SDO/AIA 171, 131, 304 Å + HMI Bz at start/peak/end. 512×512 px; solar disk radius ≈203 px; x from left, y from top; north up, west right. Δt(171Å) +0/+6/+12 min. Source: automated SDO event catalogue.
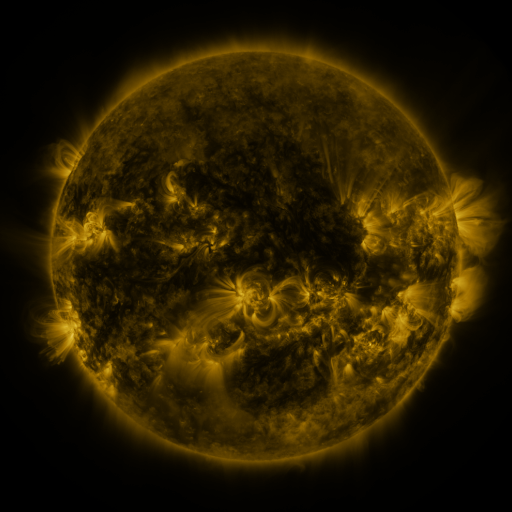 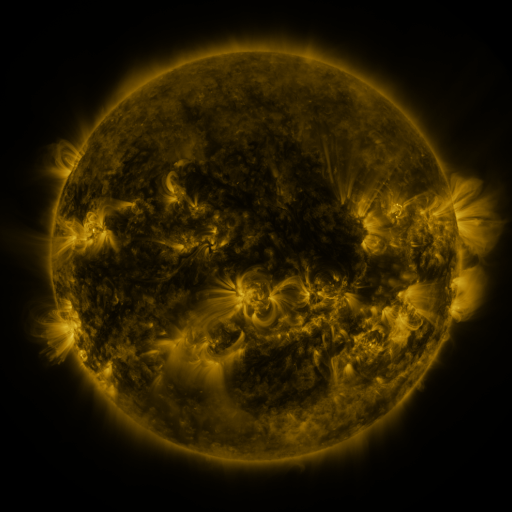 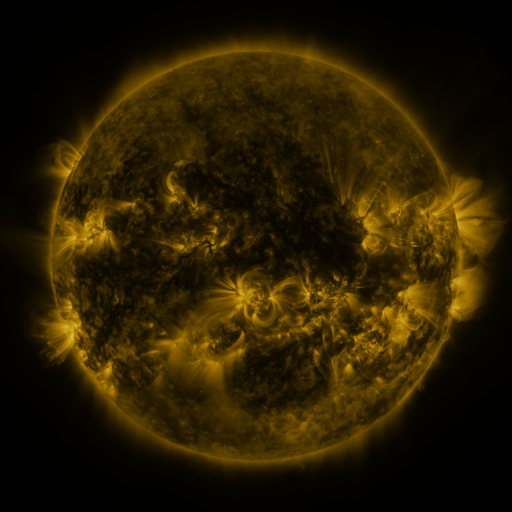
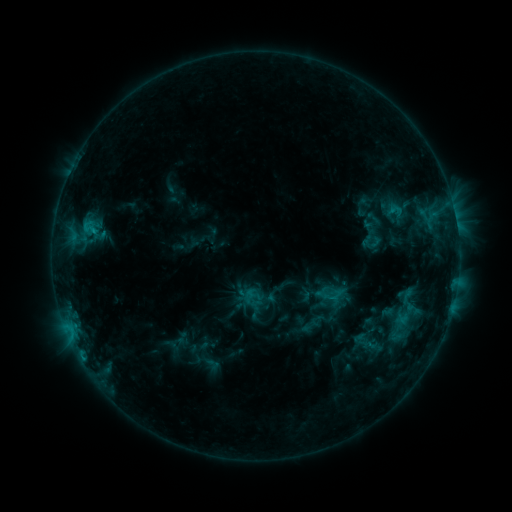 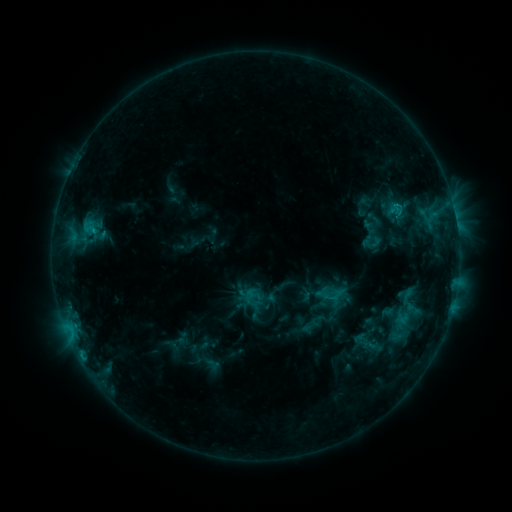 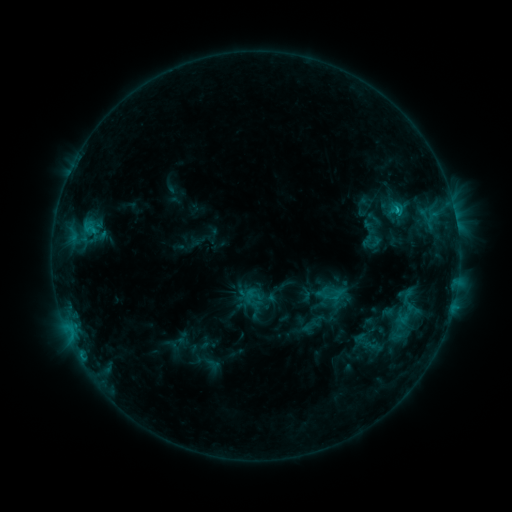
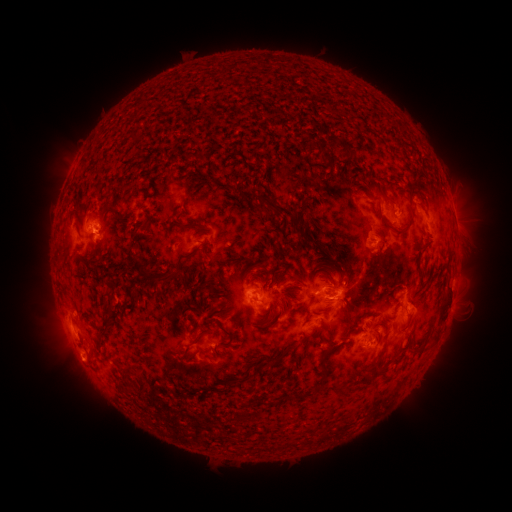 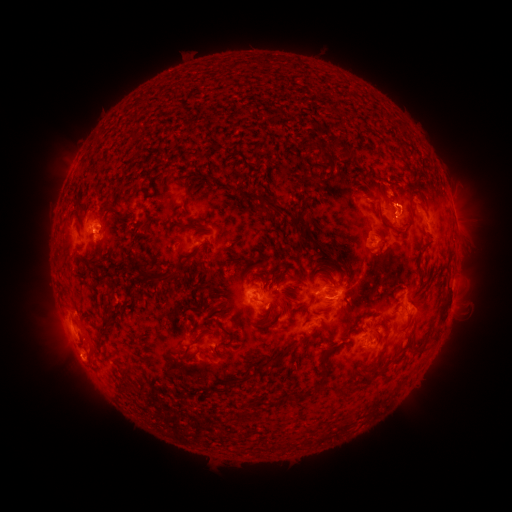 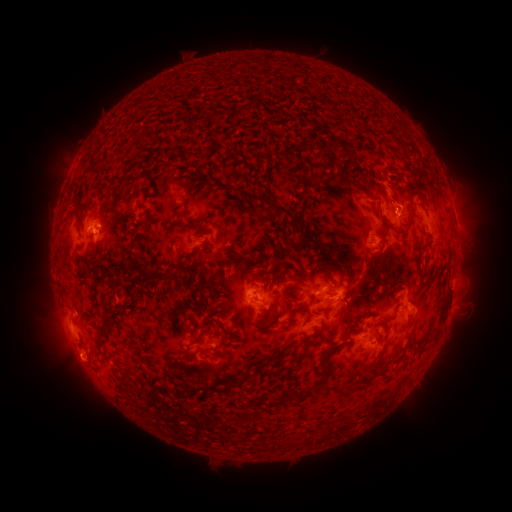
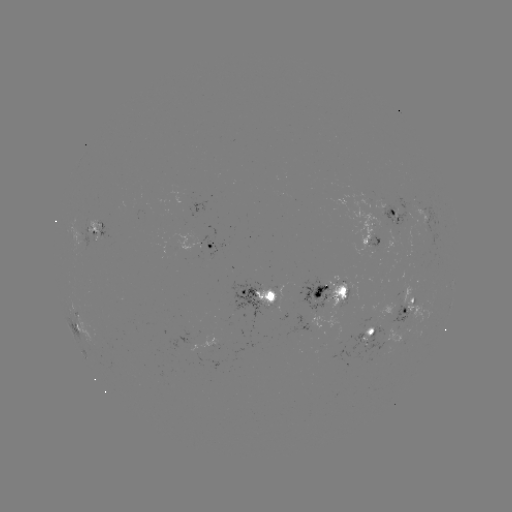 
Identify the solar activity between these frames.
eruption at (391, 188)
